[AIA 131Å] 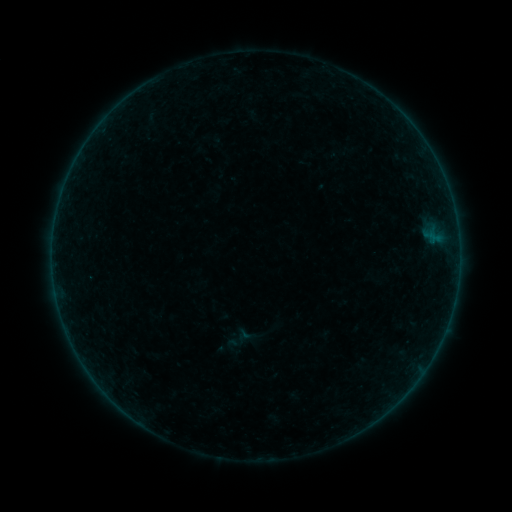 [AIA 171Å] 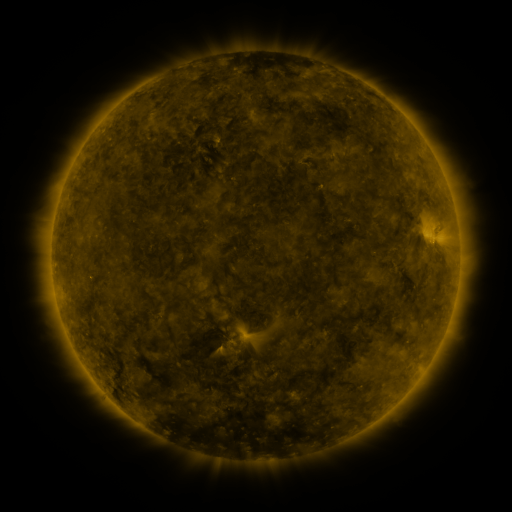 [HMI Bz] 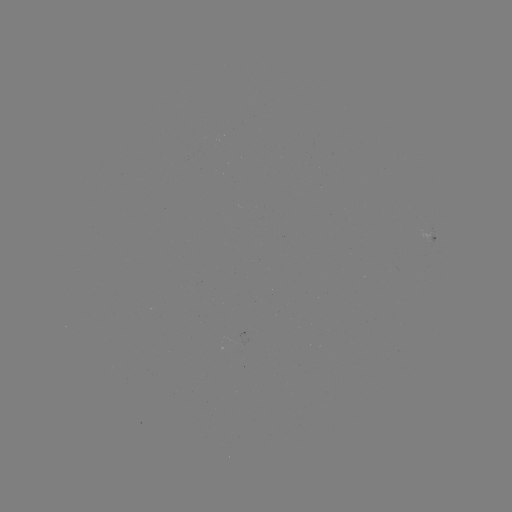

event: sigmoid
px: (237, 340)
